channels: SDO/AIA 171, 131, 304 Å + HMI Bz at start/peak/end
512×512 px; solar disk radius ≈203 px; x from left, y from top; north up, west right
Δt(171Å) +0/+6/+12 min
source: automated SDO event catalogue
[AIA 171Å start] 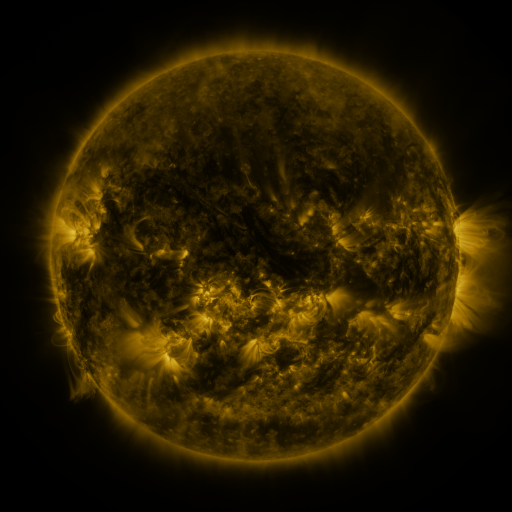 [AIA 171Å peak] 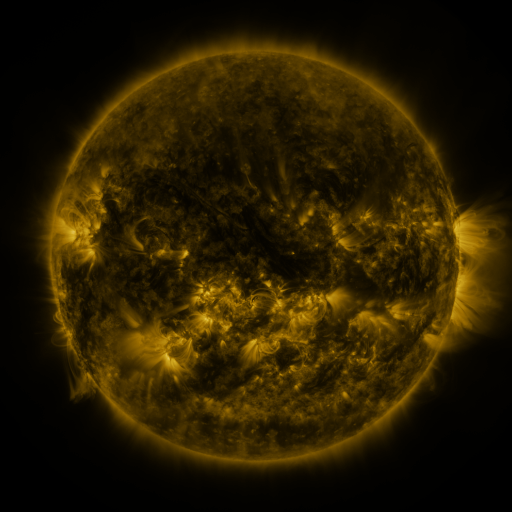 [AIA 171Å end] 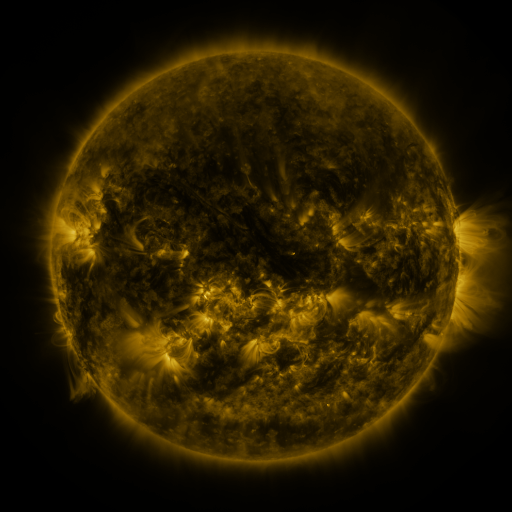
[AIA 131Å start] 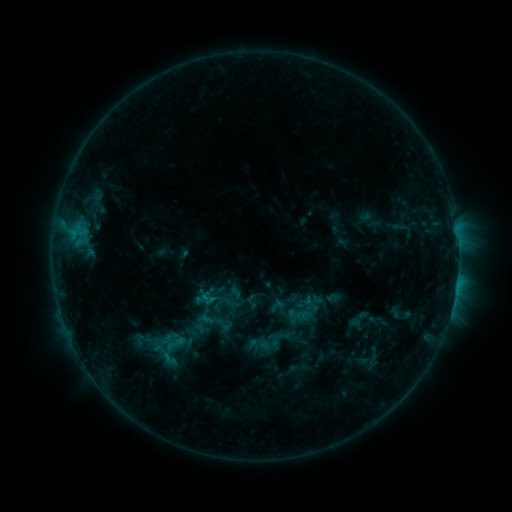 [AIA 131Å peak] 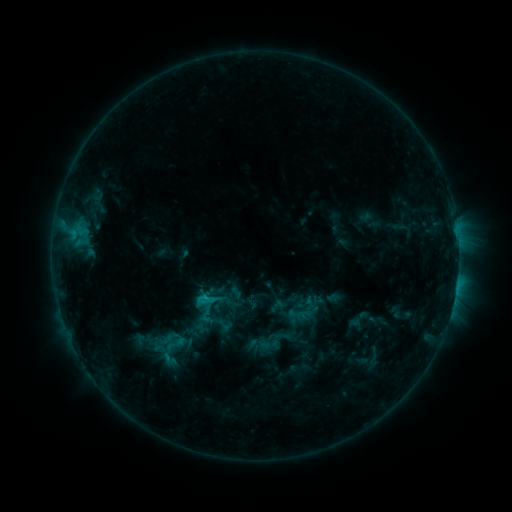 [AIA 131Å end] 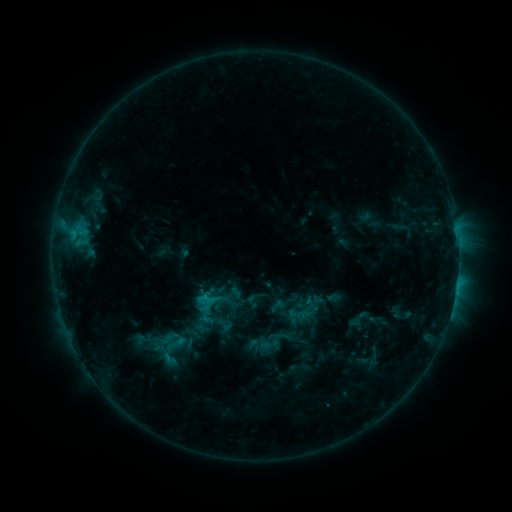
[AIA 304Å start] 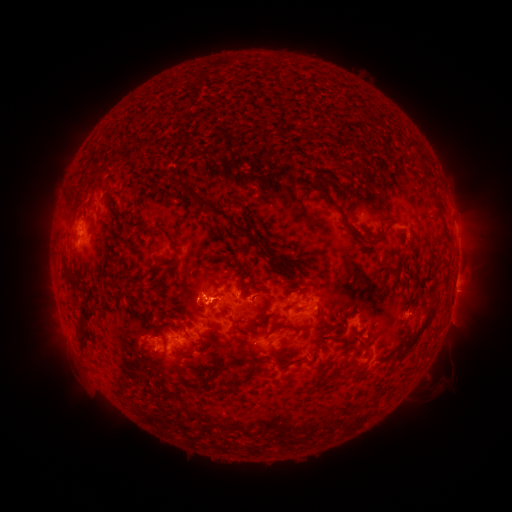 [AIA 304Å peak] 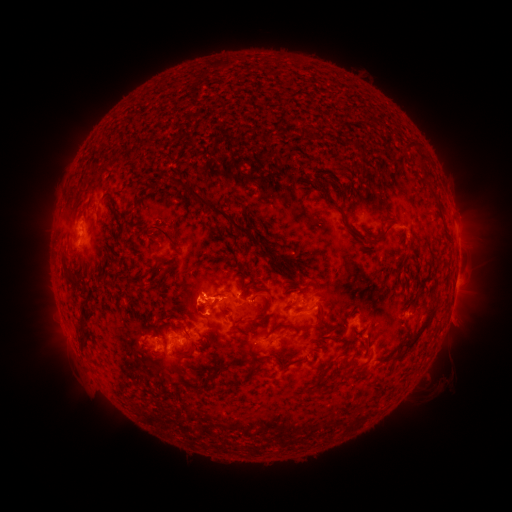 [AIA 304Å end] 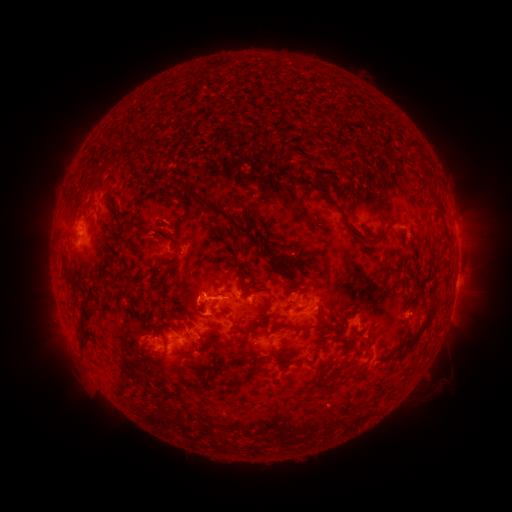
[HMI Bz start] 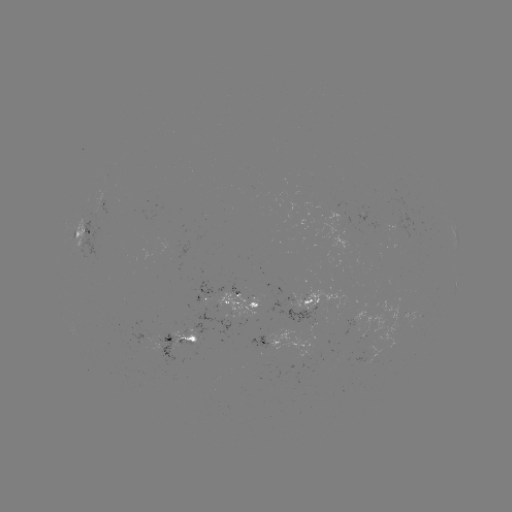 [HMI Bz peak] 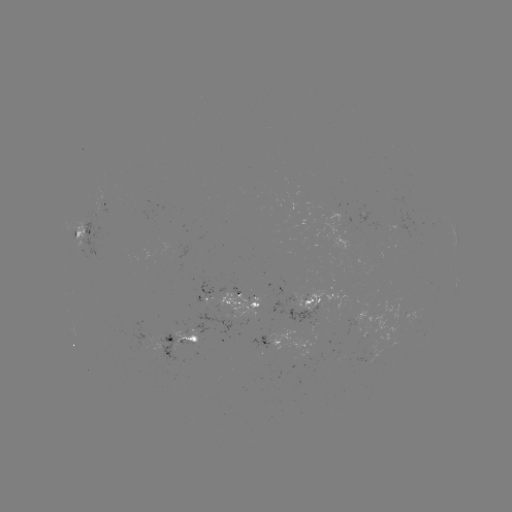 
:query C1.2 flare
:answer (206, 294)